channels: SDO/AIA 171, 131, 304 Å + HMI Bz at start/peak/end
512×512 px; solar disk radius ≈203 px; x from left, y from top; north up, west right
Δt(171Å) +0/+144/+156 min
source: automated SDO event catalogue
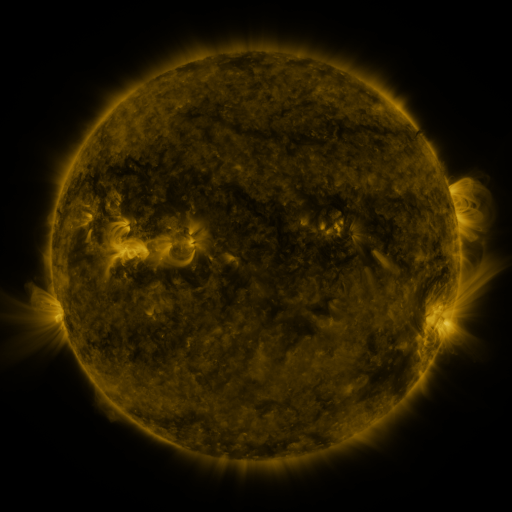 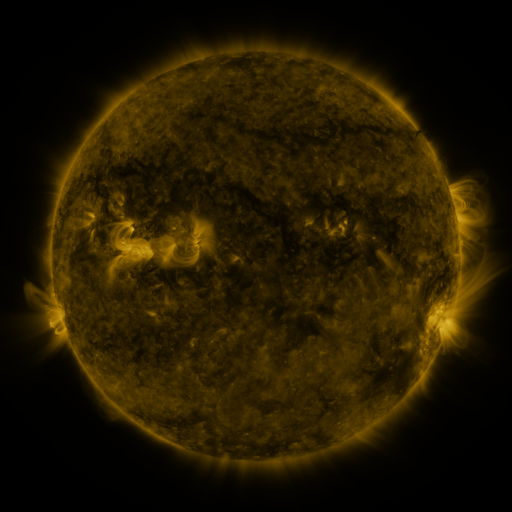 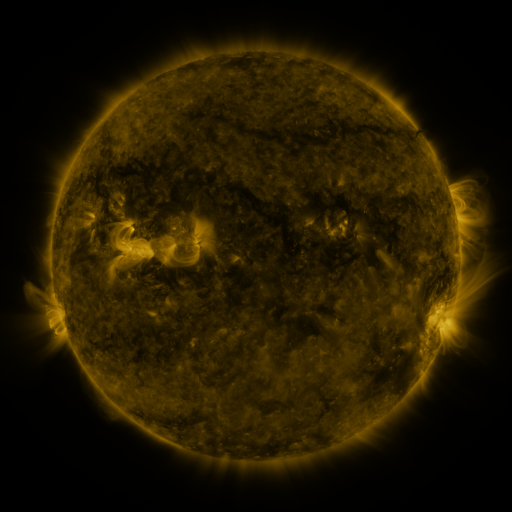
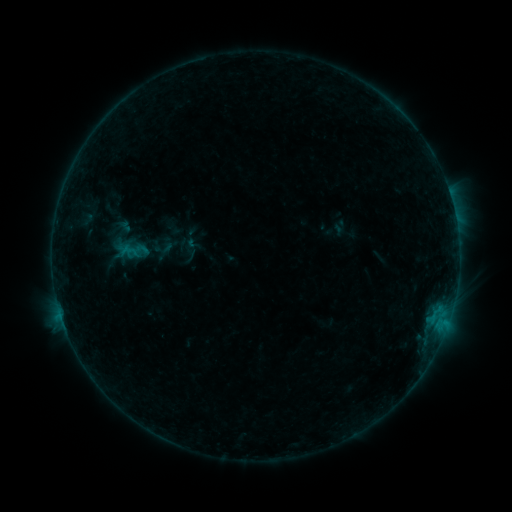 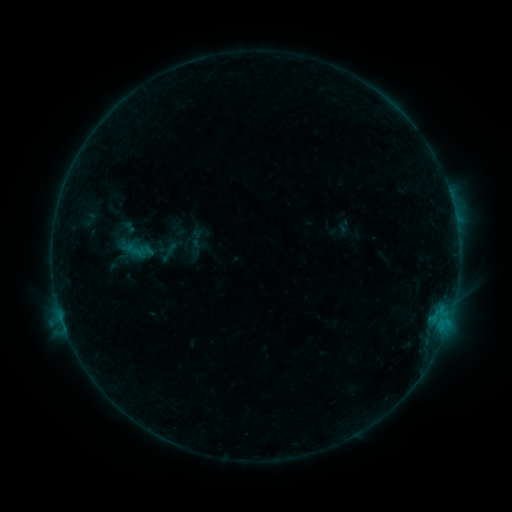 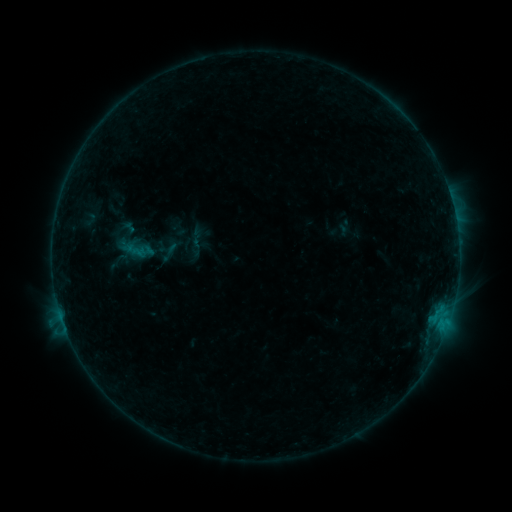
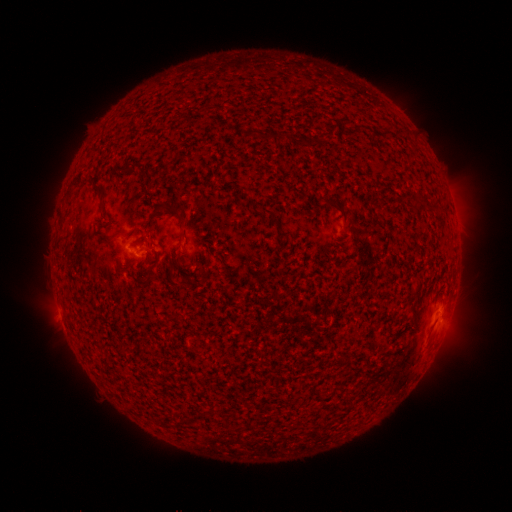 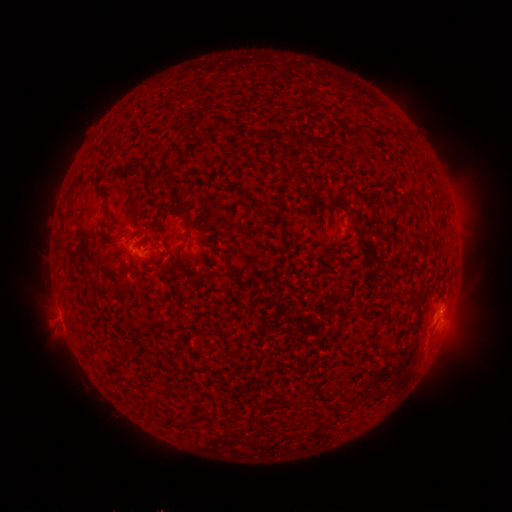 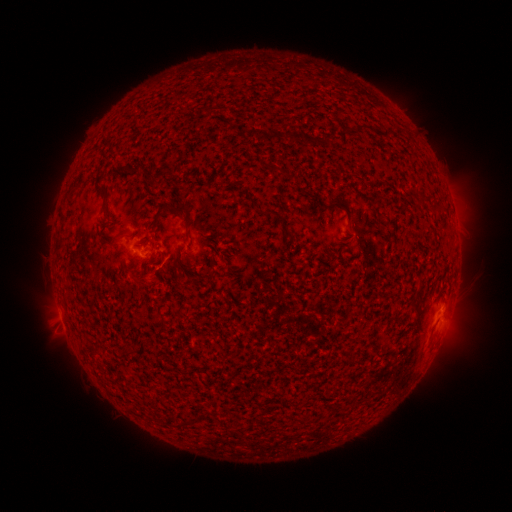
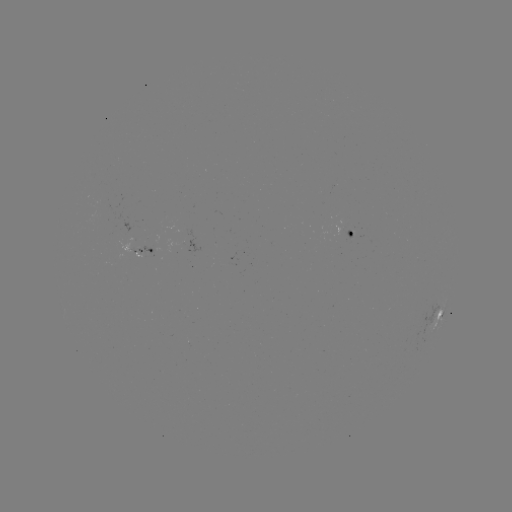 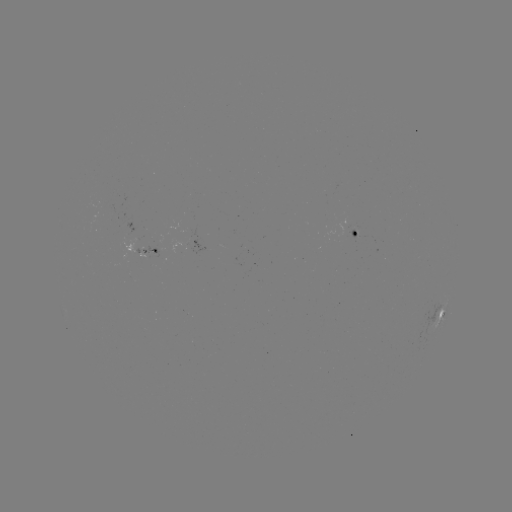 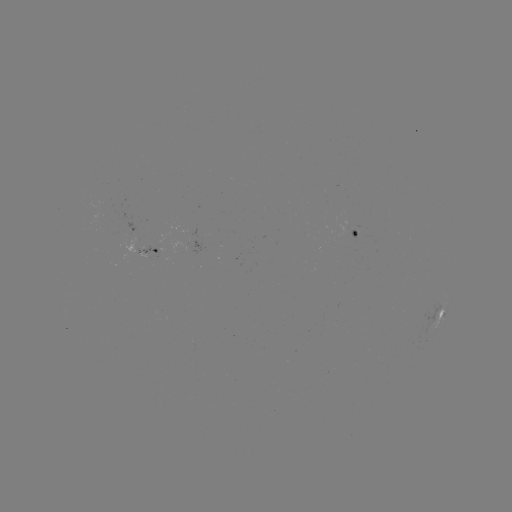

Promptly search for emerging-flux region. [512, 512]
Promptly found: [355, 236].